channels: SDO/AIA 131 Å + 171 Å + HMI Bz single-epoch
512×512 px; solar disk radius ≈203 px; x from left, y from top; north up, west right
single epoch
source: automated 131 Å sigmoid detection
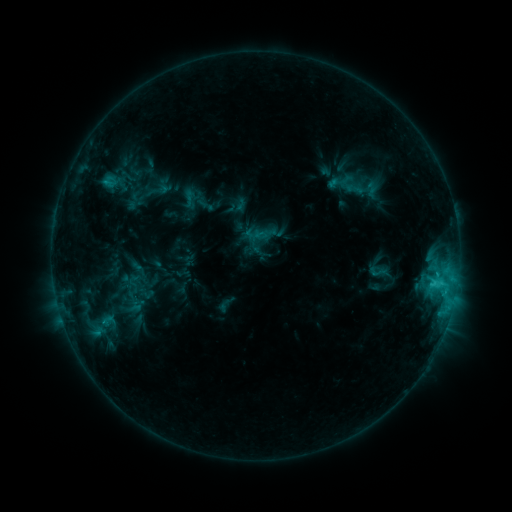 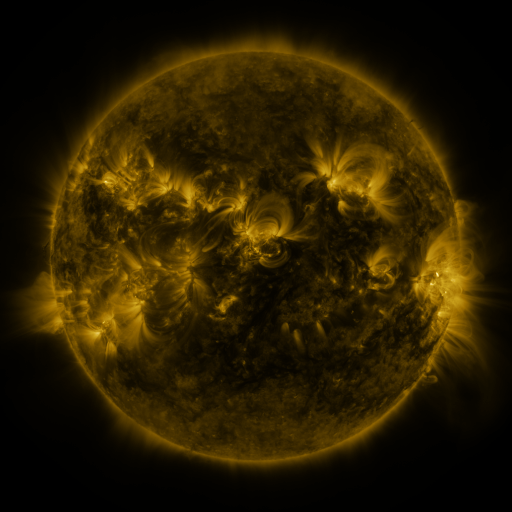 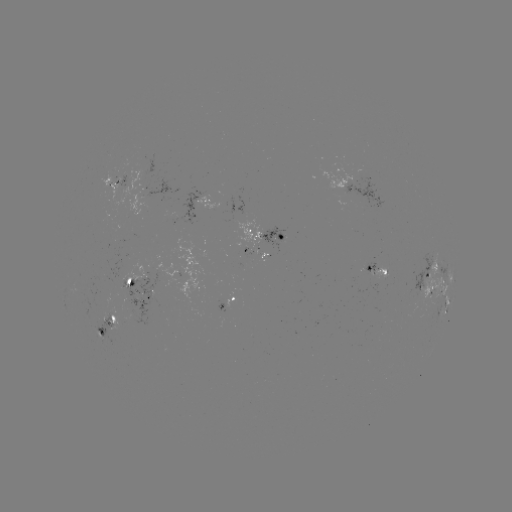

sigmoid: (368, 260, 387, 283)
